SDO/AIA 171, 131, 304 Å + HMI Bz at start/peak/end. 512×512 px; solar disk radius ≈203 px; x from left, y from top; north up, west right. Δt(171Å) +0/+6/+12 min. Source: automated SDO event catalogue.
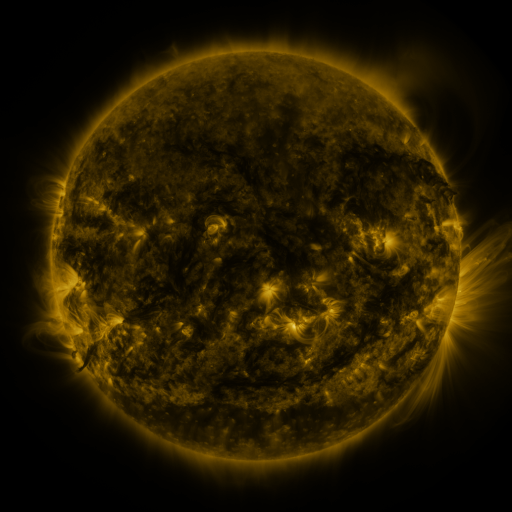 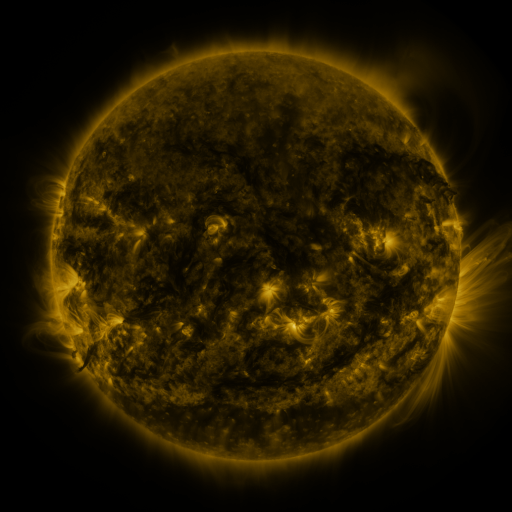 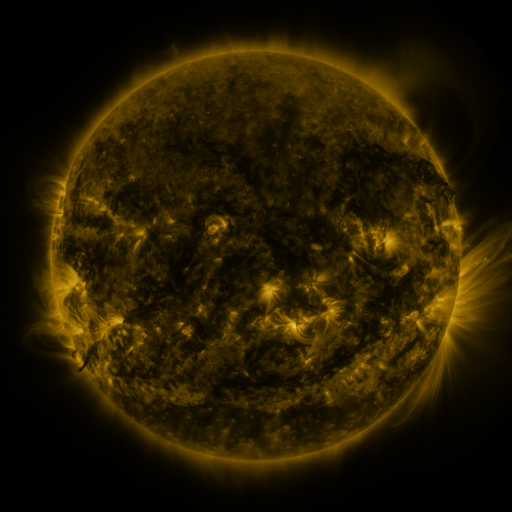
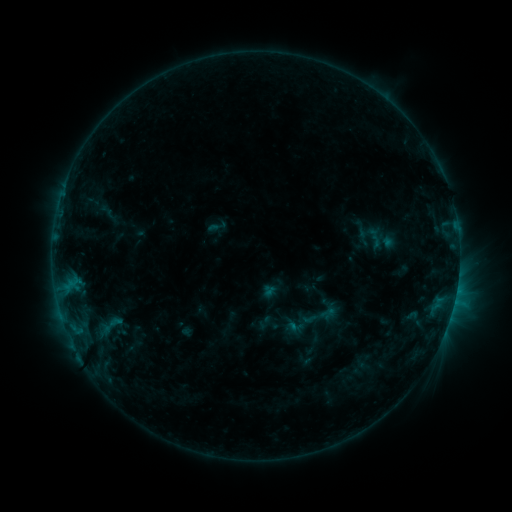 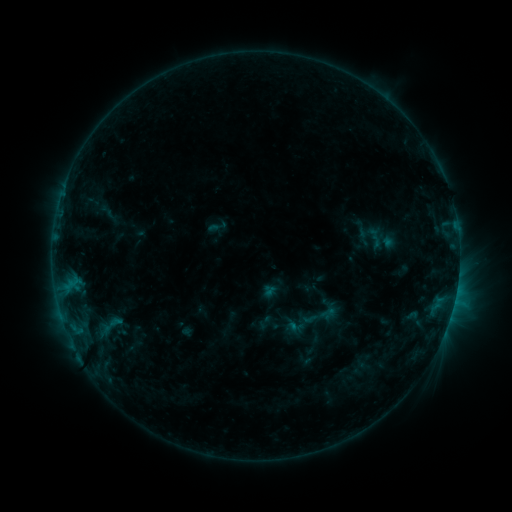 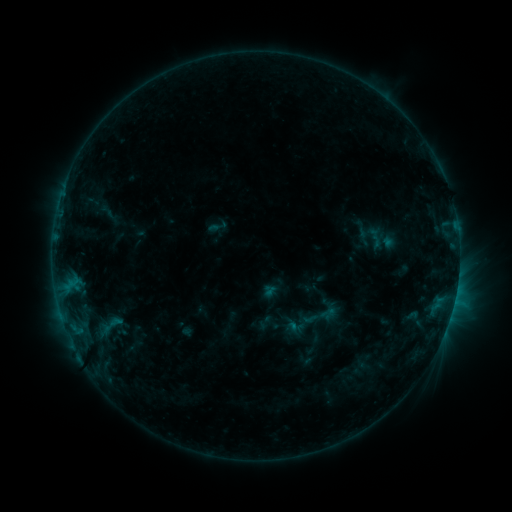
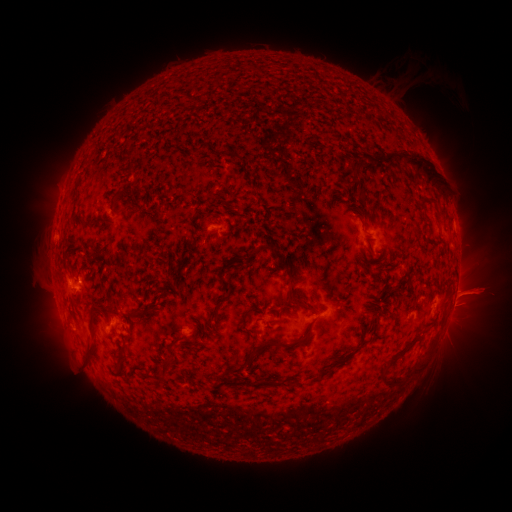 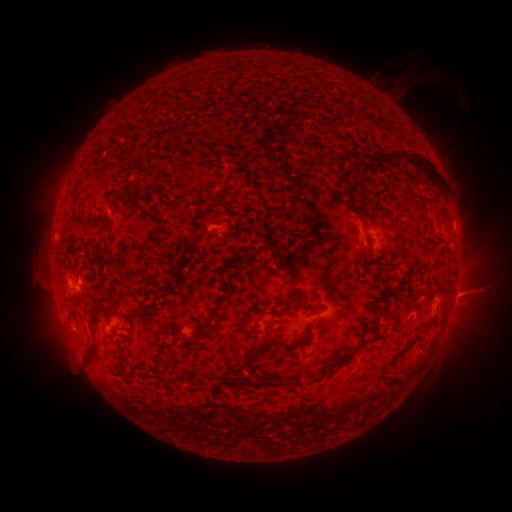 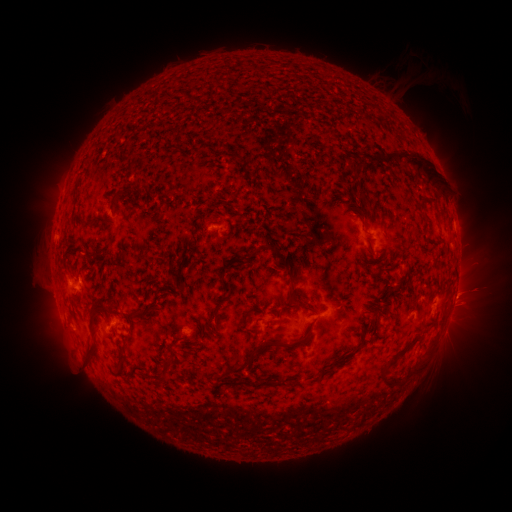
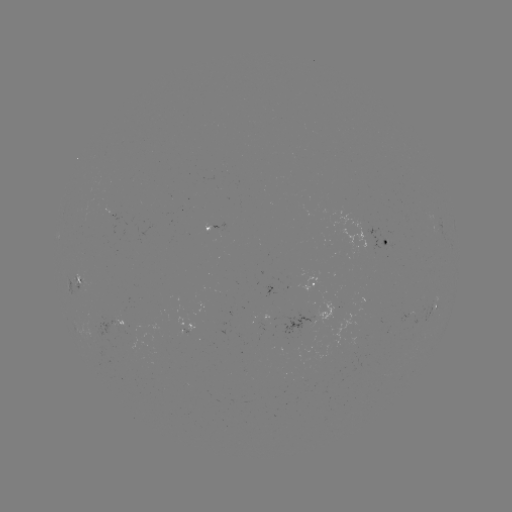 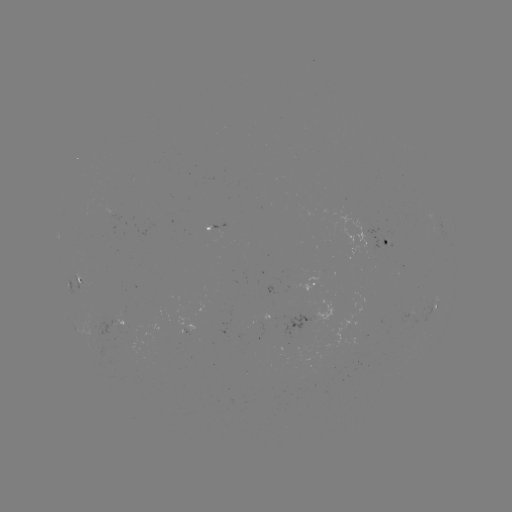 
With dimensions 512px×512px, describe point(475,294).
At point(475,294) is eruption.